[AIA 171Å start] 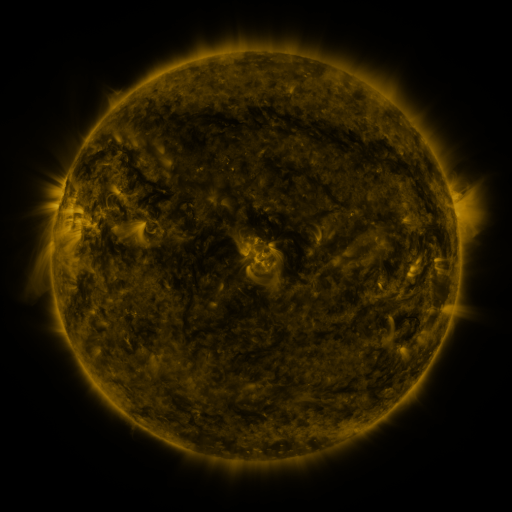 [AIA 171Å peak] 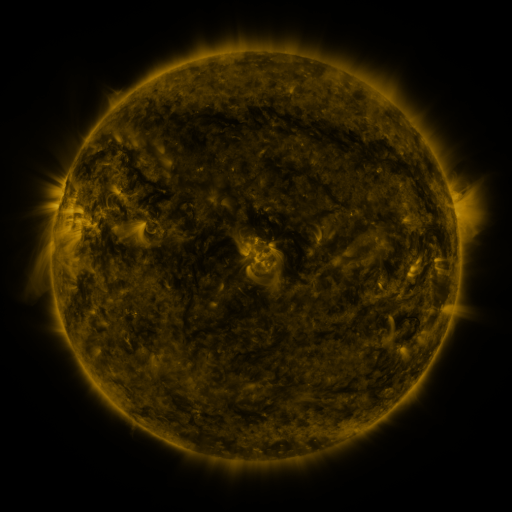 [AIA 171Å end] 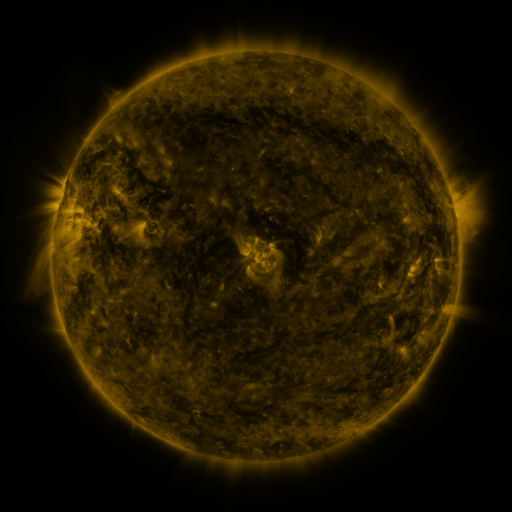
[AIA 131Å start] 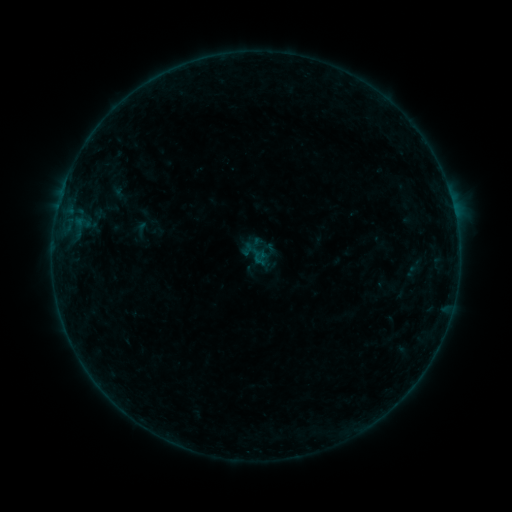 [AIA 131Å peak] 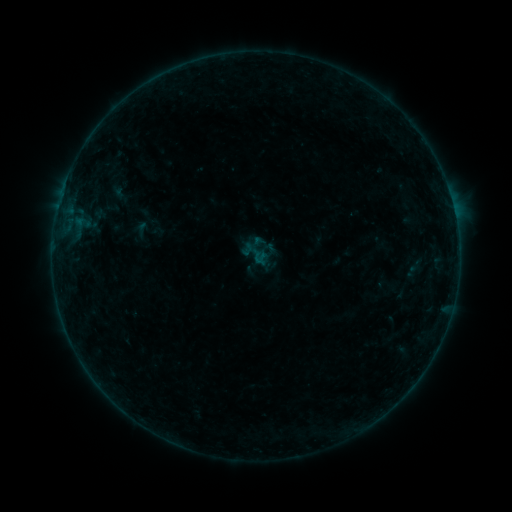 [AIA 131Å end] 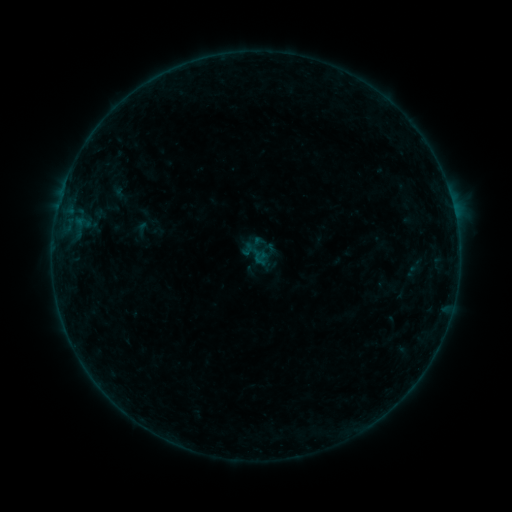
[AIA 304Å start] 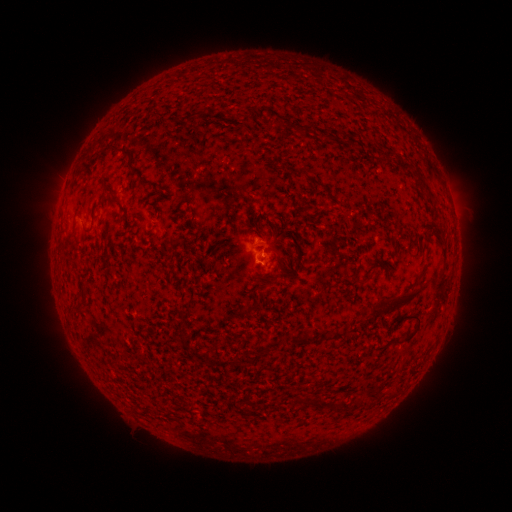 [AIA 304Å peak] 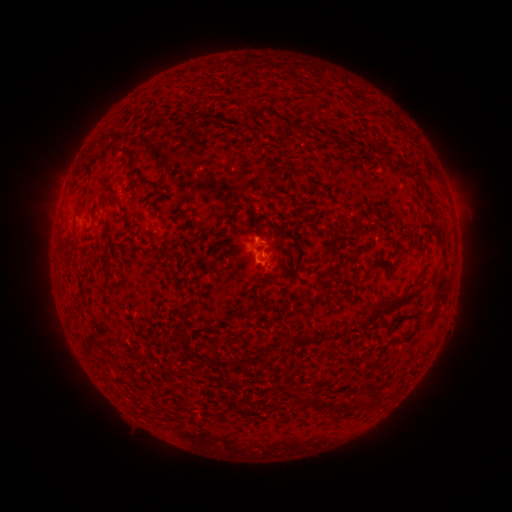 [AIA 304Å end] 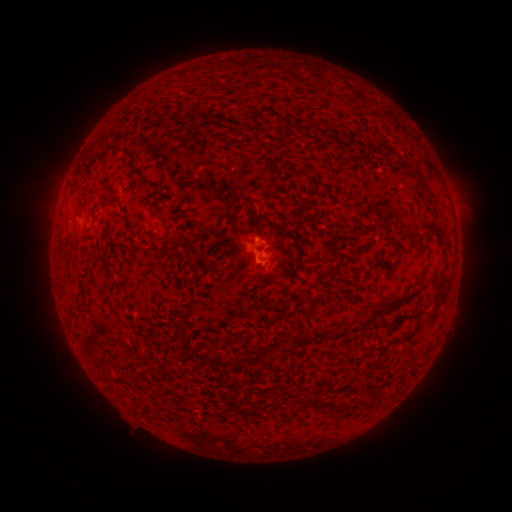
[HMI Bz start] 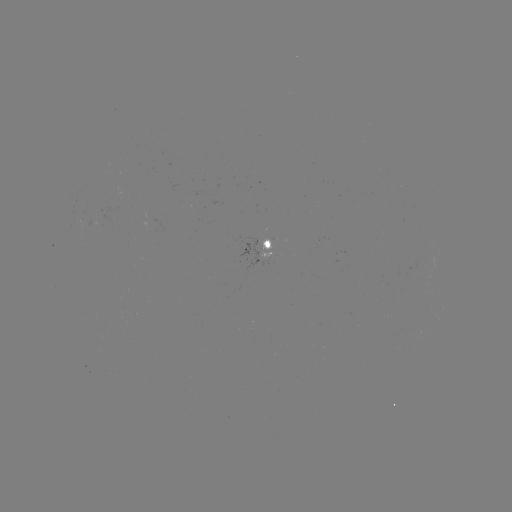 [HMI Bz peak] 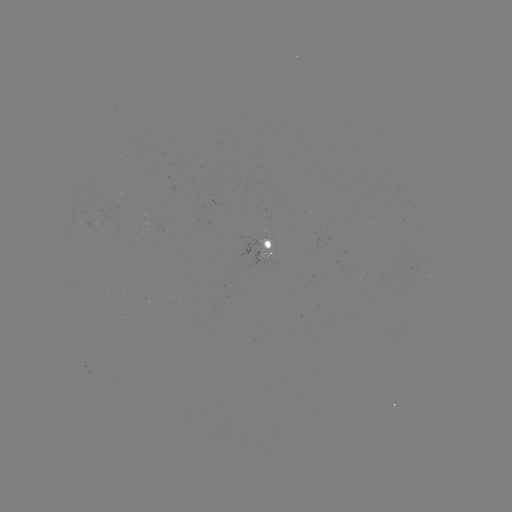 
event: flare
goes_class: B1.5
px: (259, 257)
